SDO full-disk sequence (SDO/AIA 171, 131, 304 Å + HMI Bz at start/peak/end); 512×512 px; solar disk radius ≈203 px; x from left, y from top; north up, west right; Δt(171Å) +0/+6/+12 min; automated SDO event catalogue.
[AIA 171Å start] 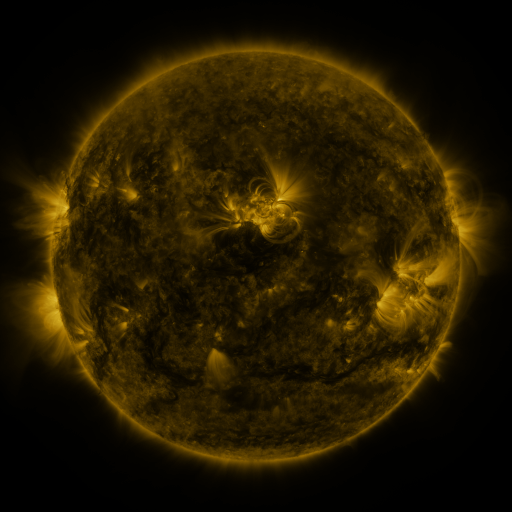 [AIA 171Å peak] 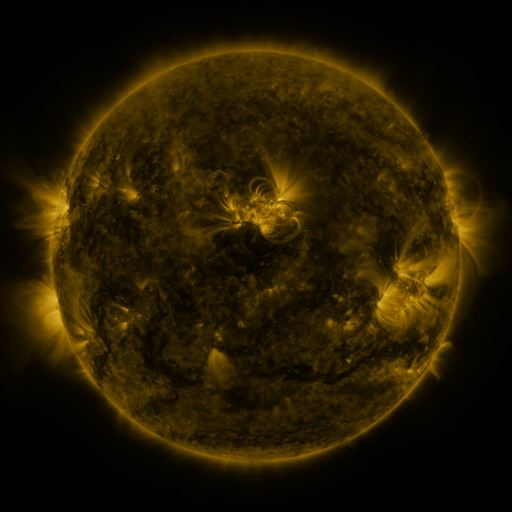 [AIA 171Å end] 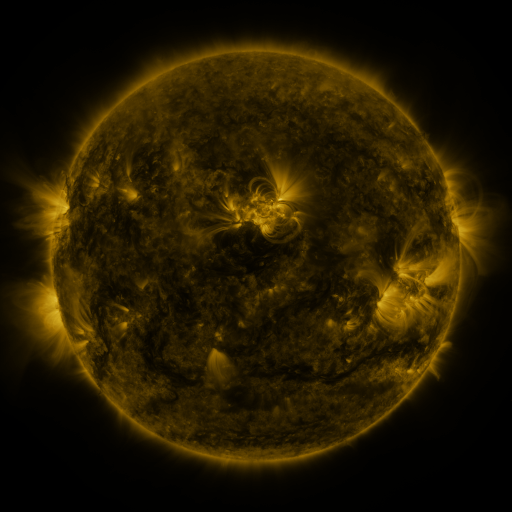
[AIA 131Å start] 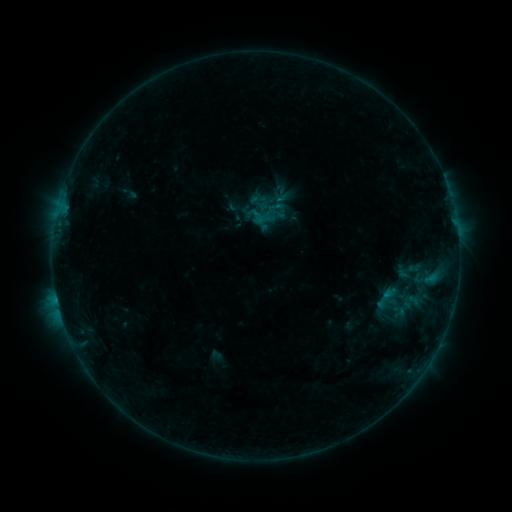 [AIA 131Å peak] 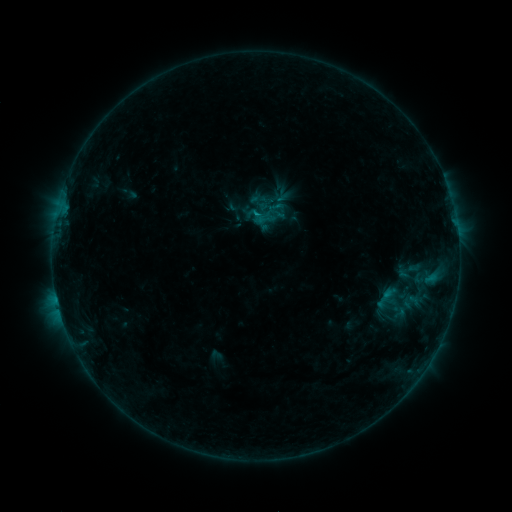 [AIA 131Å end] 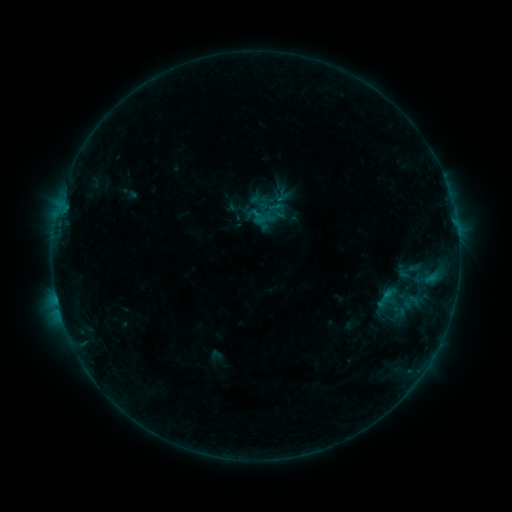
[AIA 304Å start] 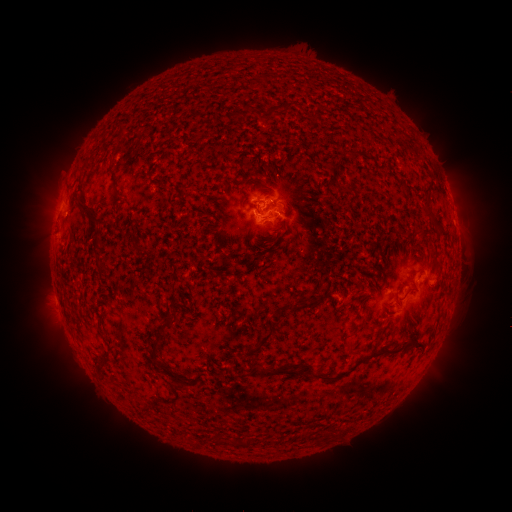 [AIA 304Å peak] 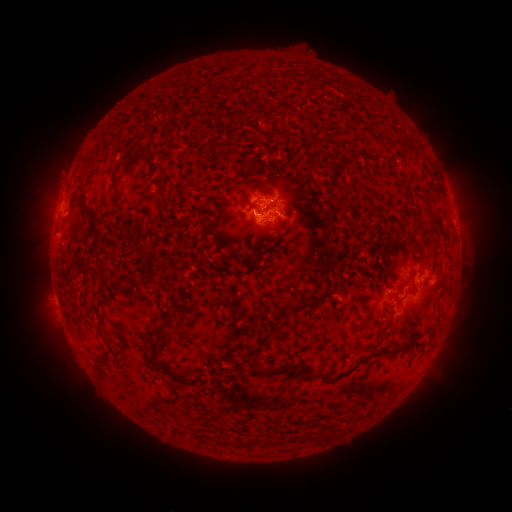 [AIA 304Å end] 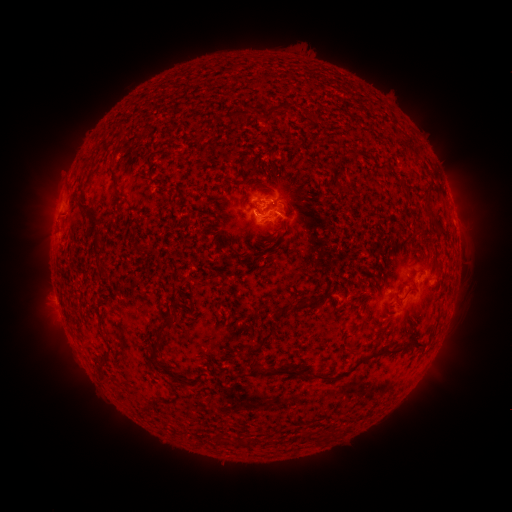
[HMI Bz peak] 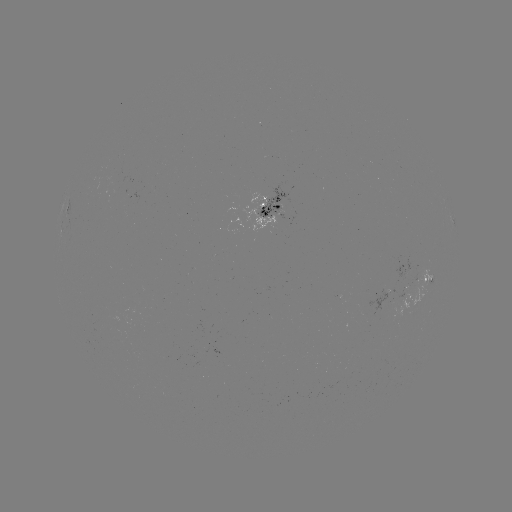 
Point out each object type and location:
B4.6 flare: (256, 212)
